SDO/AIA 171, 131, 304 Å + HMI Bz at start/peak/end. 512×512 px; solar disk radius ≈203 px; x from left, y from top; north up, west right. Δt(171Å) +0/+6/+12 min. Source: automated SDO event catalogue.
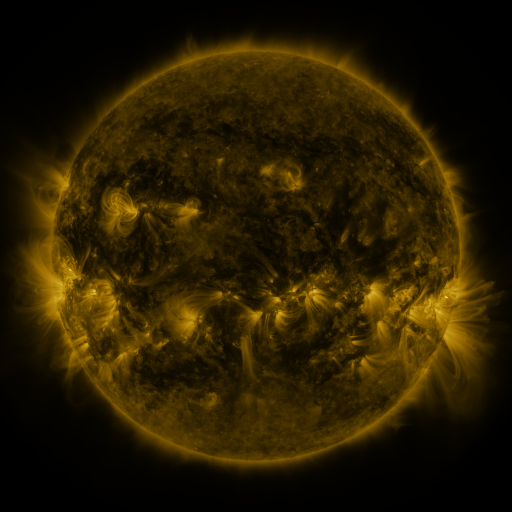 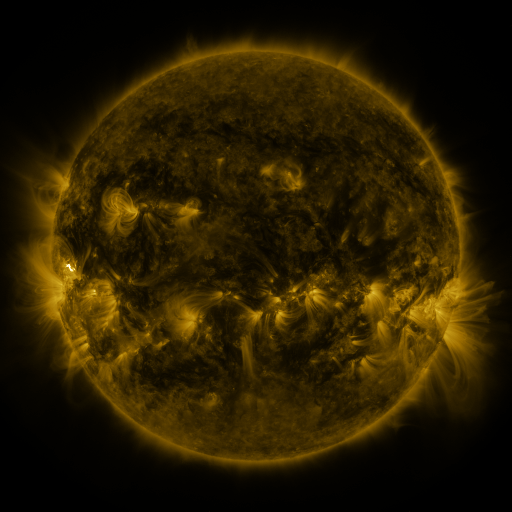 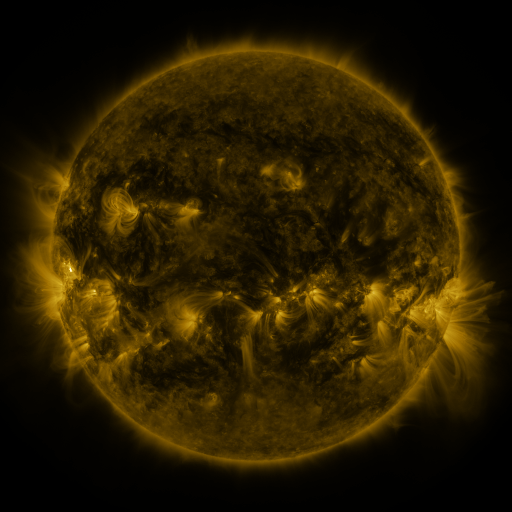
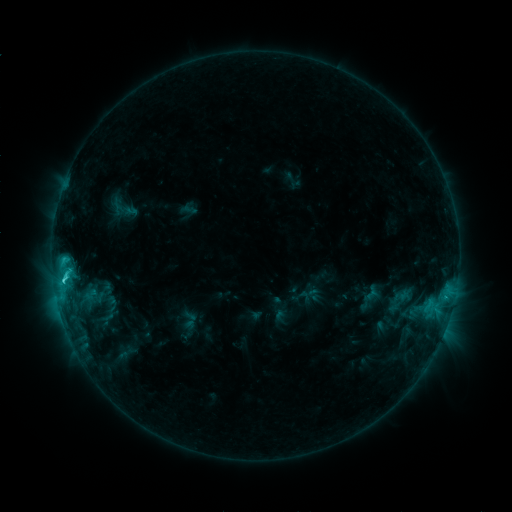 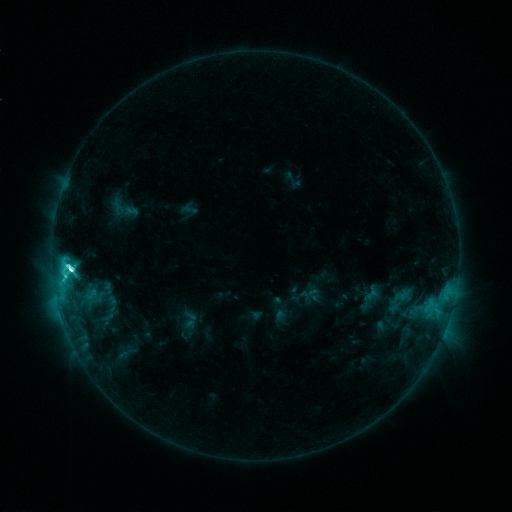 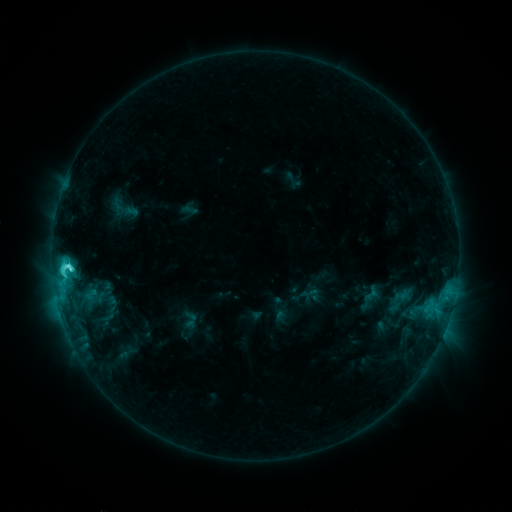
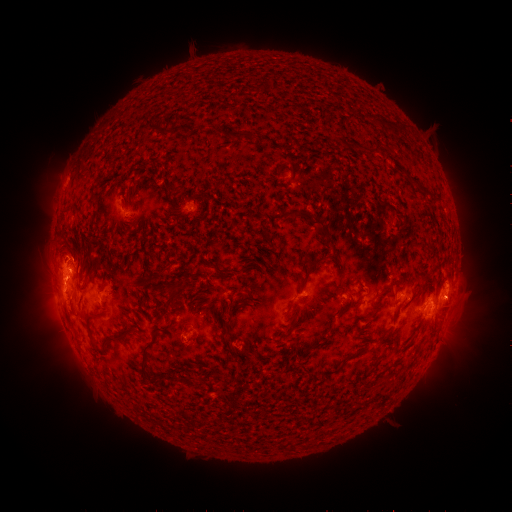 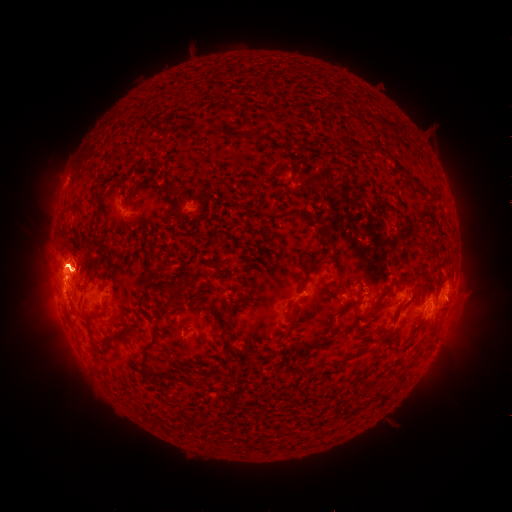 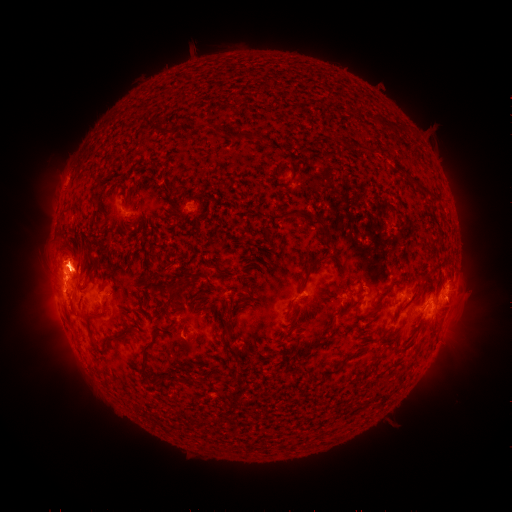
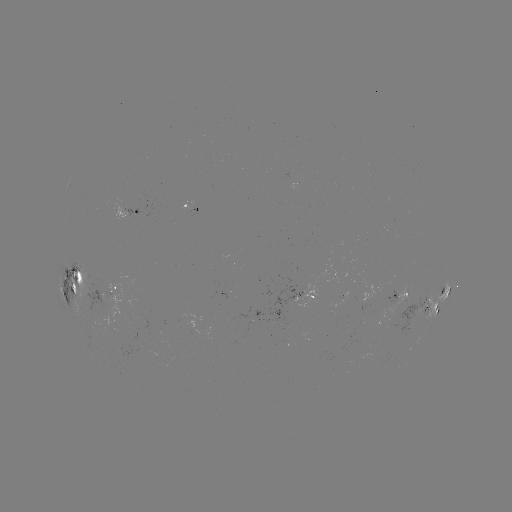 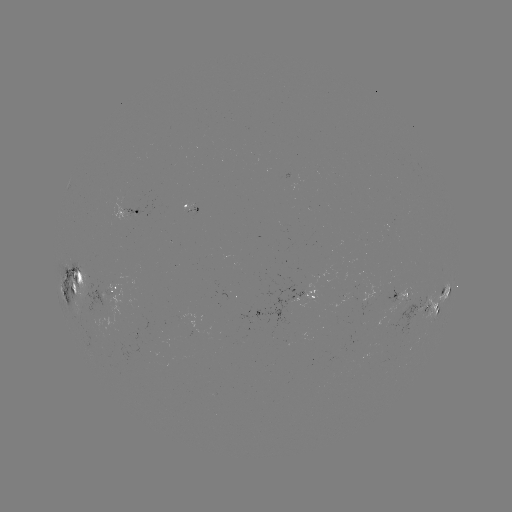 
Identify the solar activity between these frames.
eruption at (453, 318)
